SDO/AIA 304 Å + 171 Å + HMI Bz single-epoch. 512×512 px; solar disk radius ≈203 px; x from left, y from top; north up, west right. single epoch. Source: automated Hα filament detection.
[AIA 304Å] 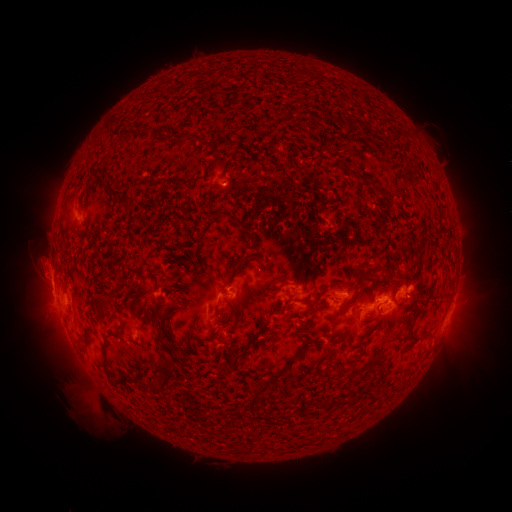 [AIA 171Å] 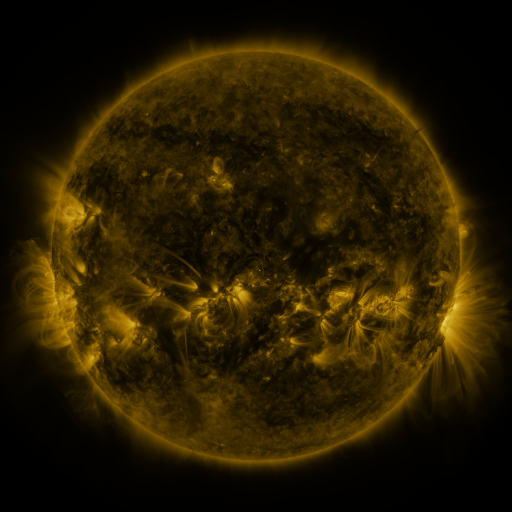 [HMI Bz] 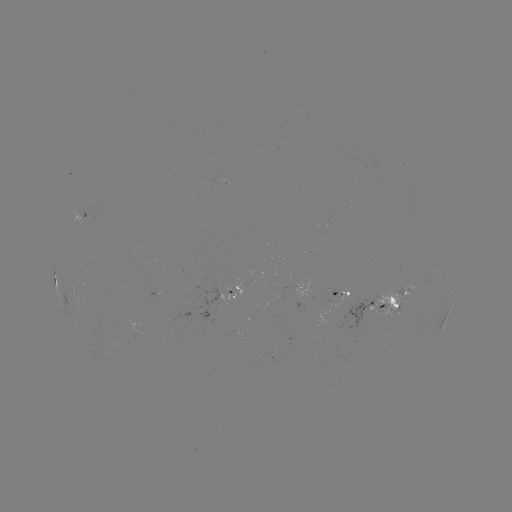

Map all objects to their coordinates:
filament: [346, 119, 358, 132]
filament: [122, 128, 134, 138]
filament: [167, 132, 190, 141]
filament: [347, 170, 360, 182]
filament: [107, 186, 123, 197]
filament: [374, 187, 387, 197]
filament: [214, 211, 252, 240]
filament: [221, 257, 247, 291]
filament: [355, 270, 370, 288]
filament: [276, 281, 291, 294]
filament: [283, 294, 295, 310]
filament: [93, 297, 109, 308]
filament: [154, 297, 166, 313]
filament: [409, 307, 425, 324]
filament: [100, 339, 114, 379]
filament: [270, 348, 304, 383]
filament: [149, 356, 175, 393]
filament: [336, 367, 348, 375]
filament: [137, 378, 148, 386]
